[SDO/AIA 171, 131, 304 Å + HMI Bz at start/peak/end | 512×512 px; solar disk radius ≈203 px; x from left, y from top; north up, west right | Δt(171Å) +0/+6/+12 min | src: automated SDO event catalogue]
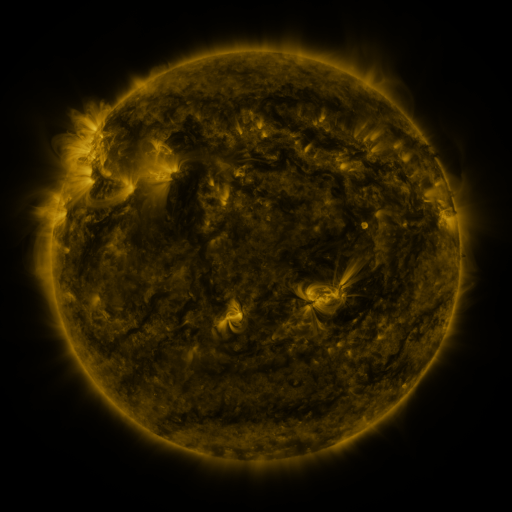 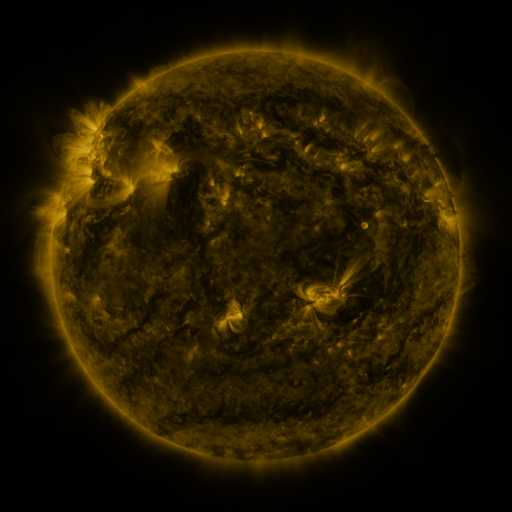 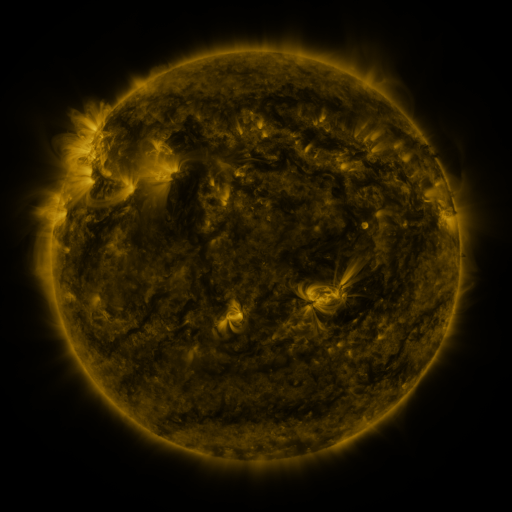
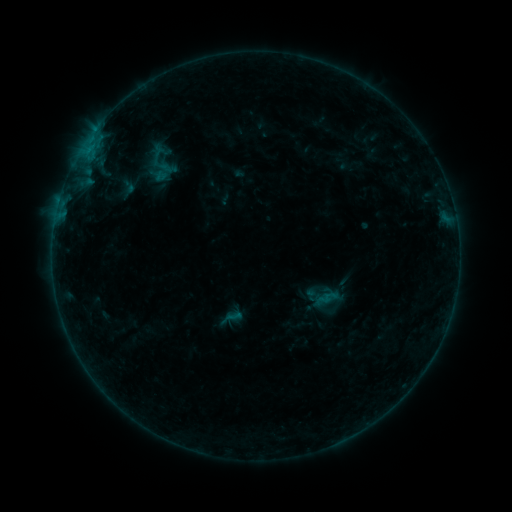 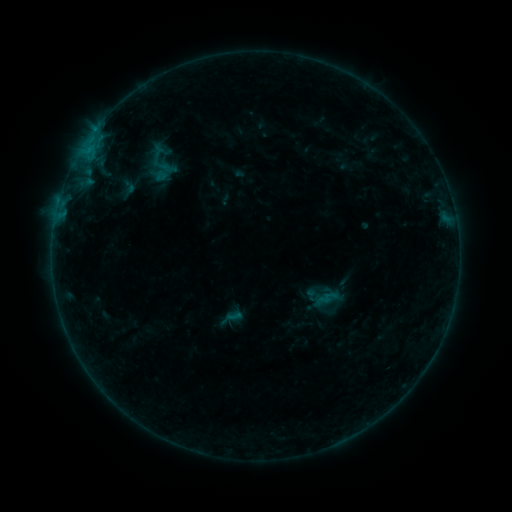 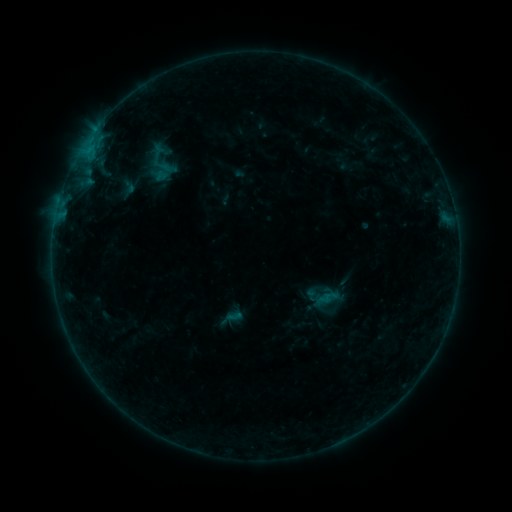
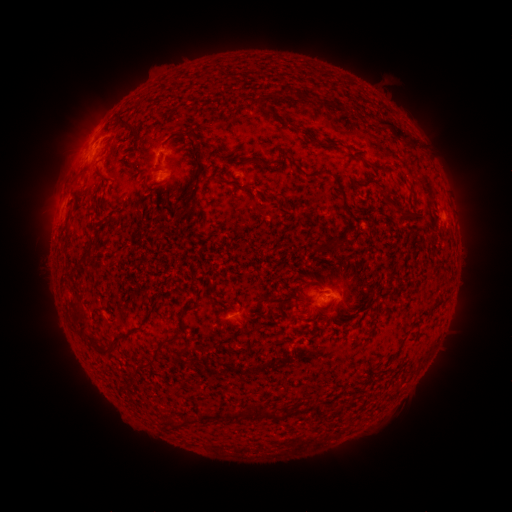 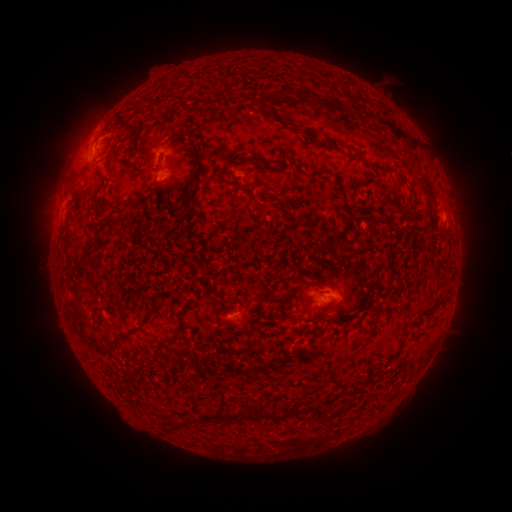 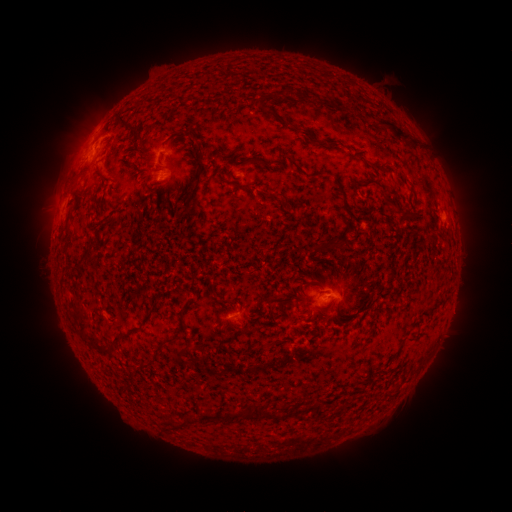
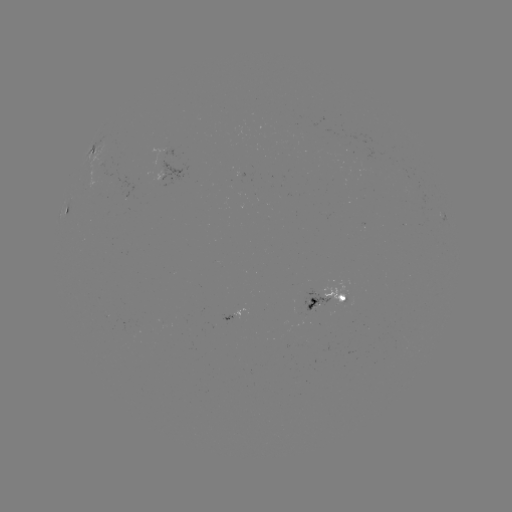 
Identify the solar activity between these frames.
no classed flare was catalogued and no EUV brightening was flagged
